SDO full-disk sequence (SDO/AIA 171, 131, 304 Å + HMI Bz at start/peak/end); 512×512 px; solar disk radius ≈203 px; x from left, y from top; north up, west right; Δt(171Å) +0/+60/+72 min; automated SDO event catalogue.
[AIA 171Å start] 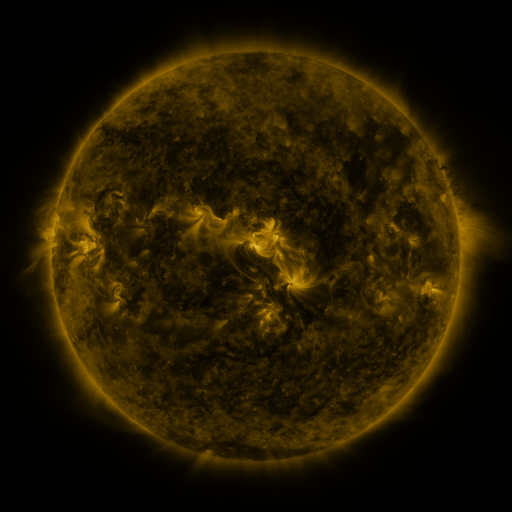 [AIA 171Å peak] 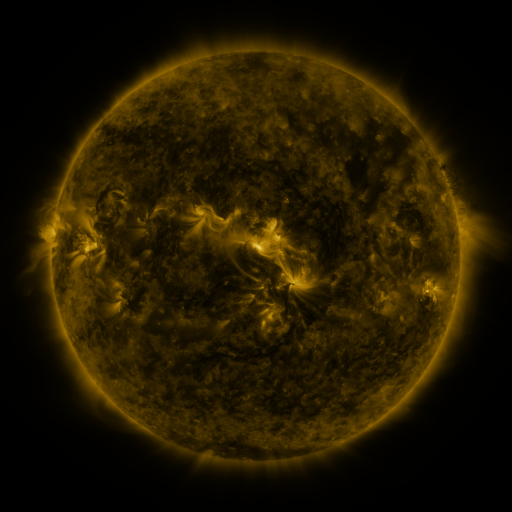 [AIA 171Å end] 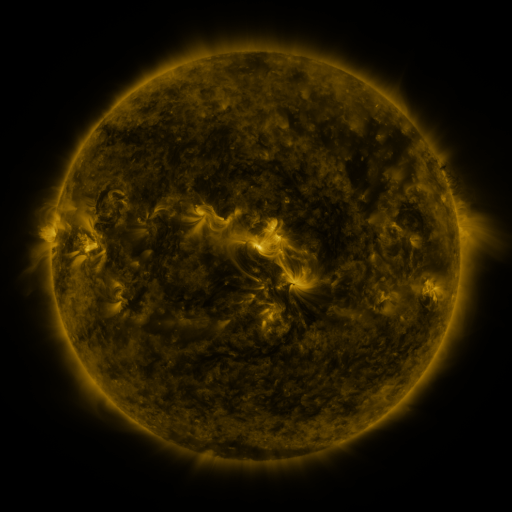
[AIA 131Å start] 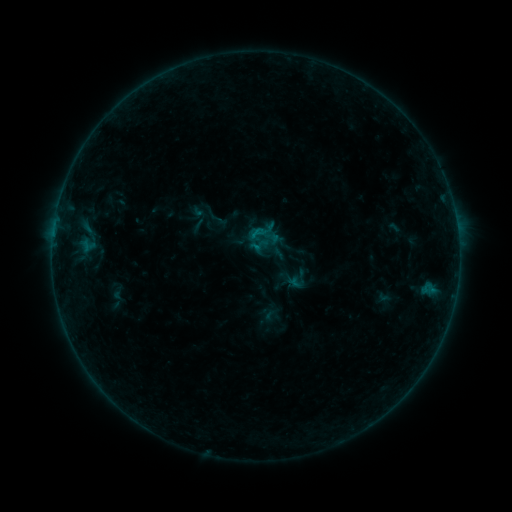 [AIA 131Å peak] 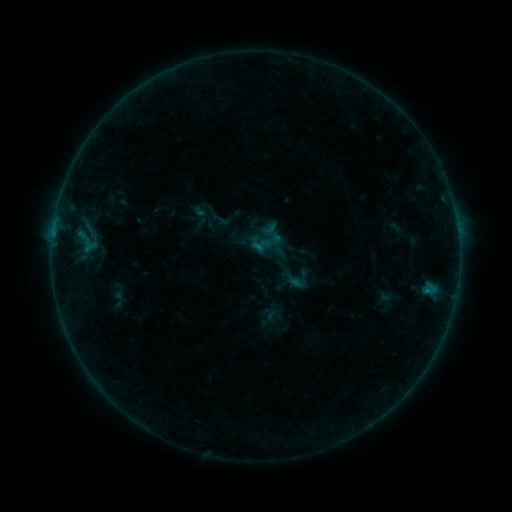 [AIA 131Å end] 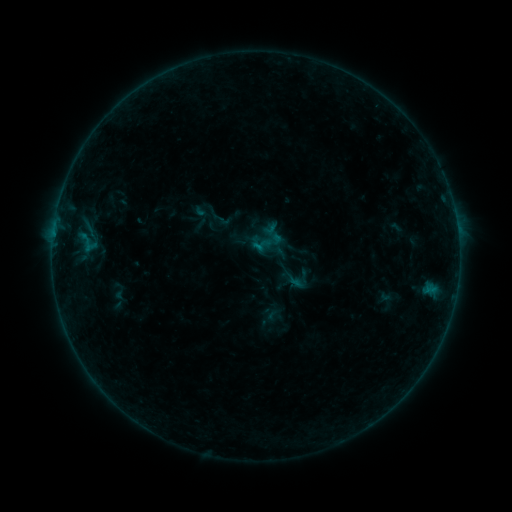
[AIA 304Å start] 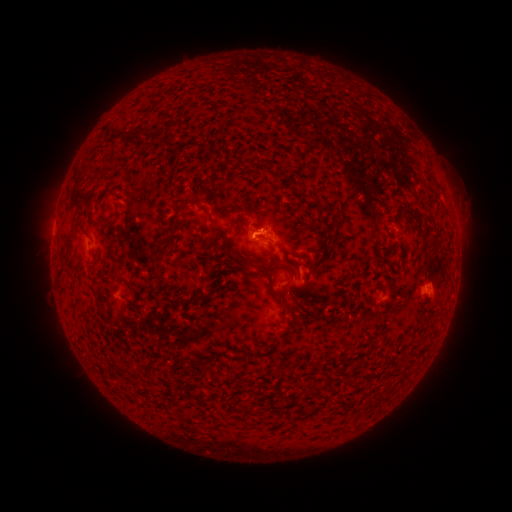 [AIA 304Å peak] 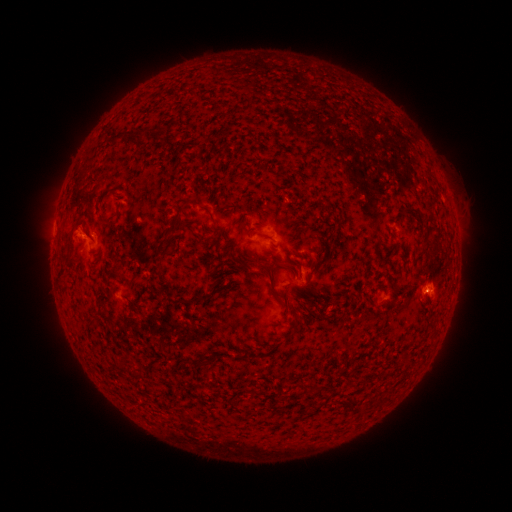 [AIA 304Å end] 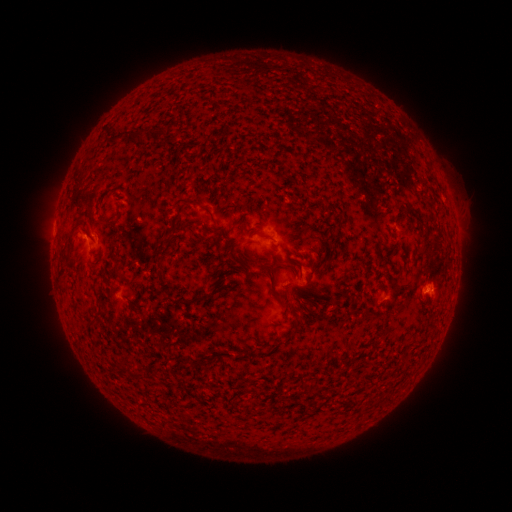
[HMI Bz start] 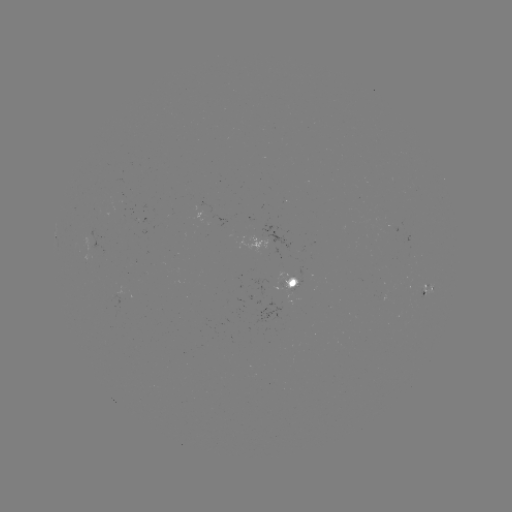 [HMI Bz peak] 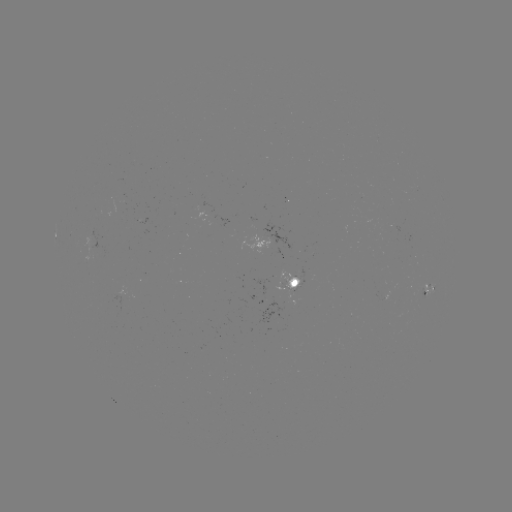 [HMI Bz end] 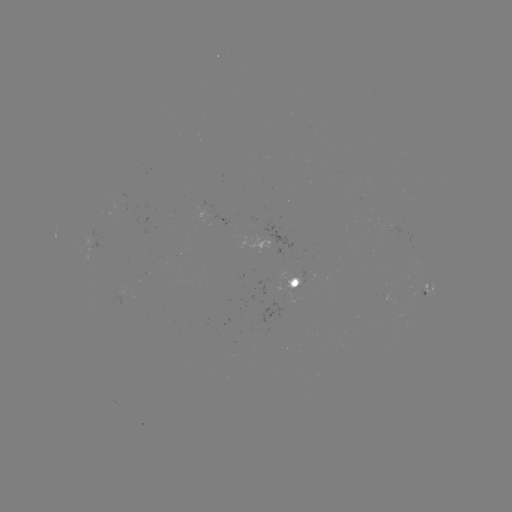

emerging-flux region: (138, 217, 150, 224)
